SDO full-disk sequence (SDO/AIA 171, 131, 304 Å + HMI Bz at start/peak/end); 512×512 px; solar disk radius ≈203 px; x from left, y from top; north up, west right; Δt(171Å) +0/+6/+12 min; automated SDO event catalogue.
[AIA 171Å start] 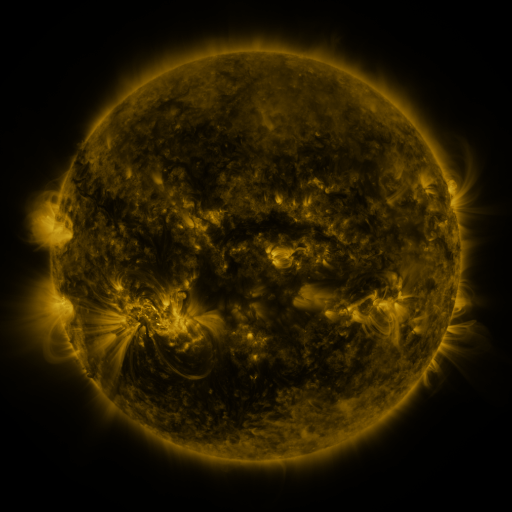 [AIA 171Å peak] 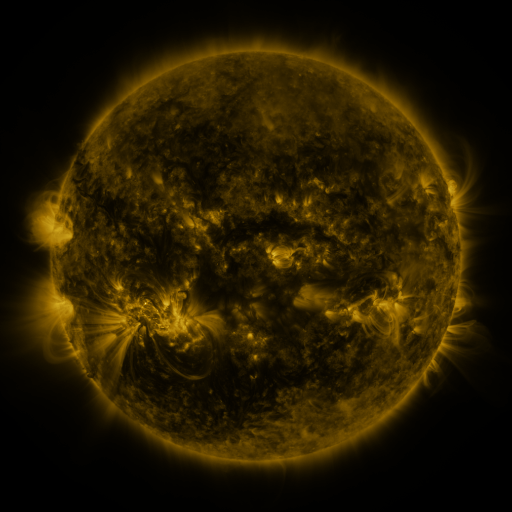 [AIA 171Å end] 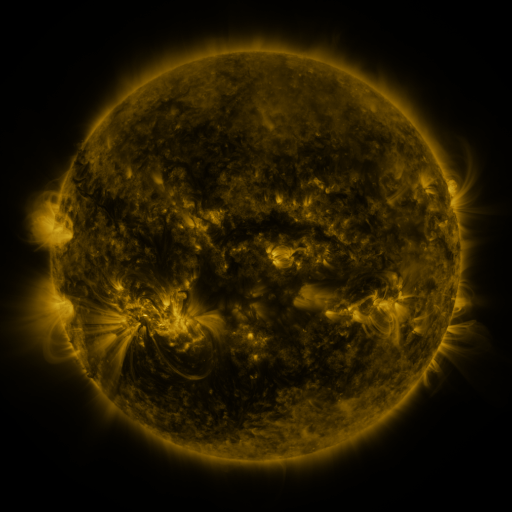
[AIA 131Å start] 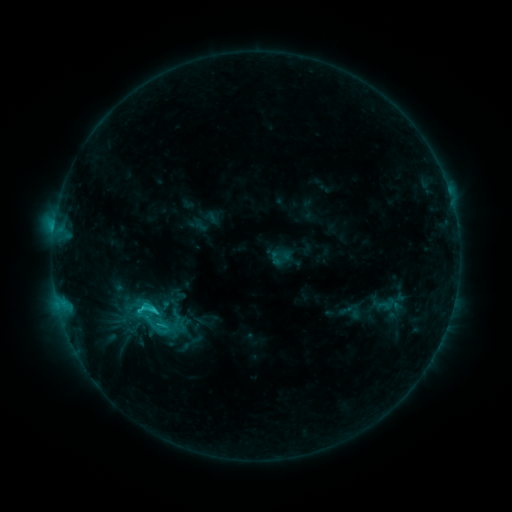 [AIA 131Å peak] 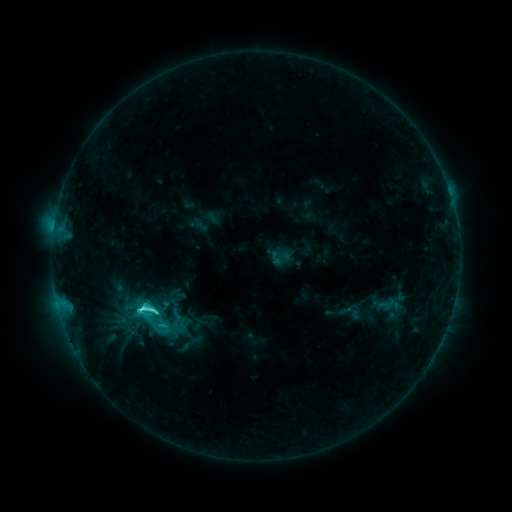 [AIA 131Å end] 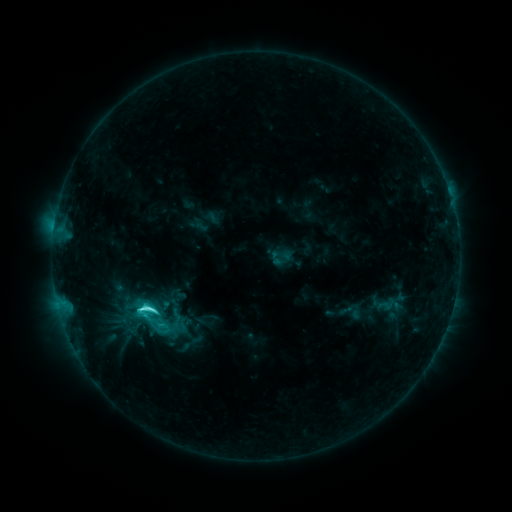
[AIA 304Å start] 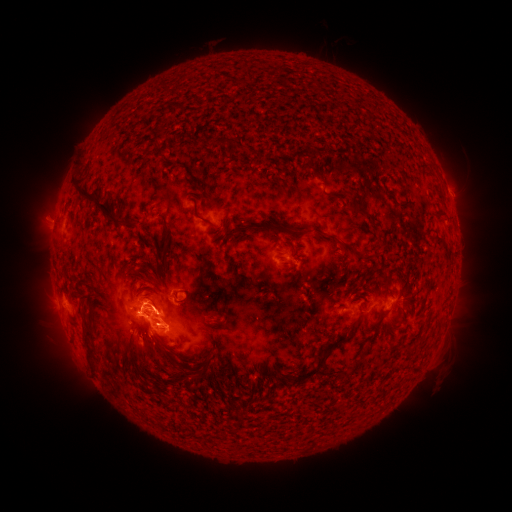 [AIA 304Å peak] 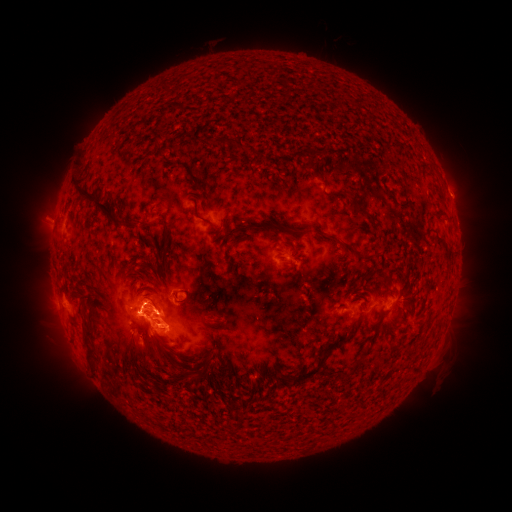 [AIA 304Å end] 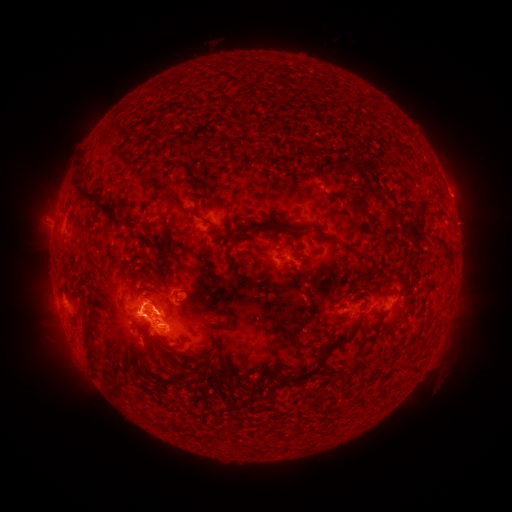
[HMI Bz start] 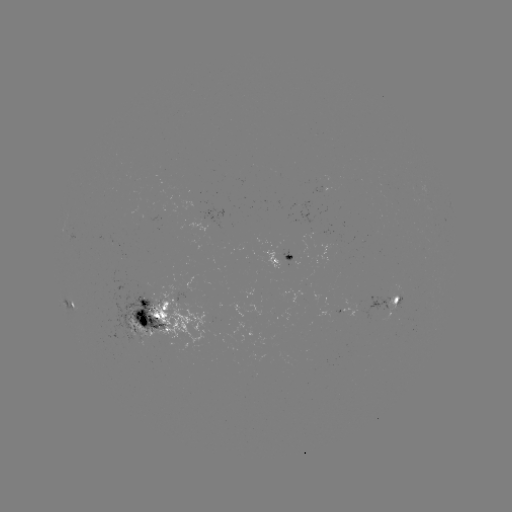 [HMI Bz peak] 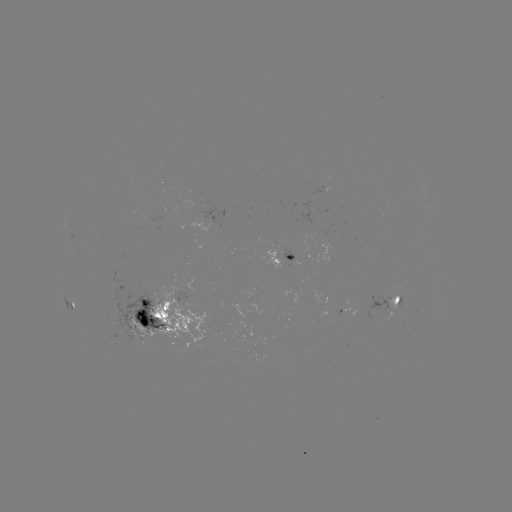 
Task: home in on C5.7 flare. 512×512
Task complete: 143,306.